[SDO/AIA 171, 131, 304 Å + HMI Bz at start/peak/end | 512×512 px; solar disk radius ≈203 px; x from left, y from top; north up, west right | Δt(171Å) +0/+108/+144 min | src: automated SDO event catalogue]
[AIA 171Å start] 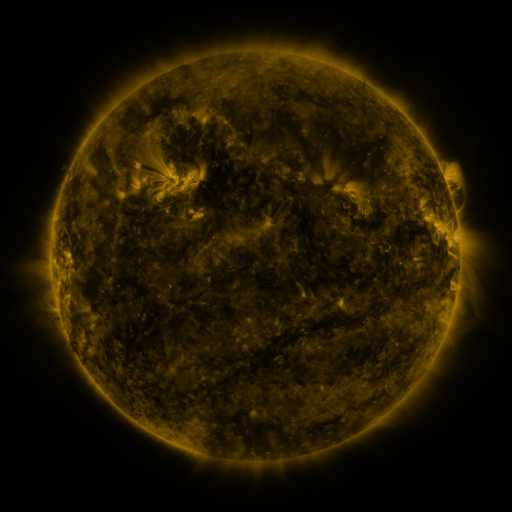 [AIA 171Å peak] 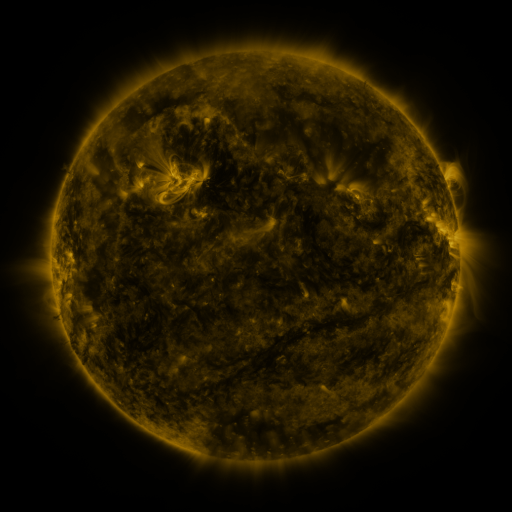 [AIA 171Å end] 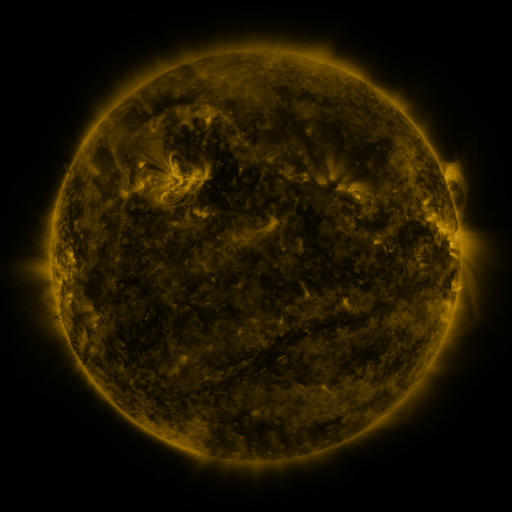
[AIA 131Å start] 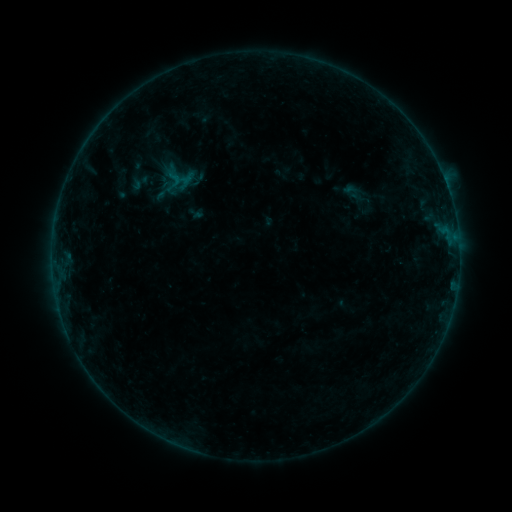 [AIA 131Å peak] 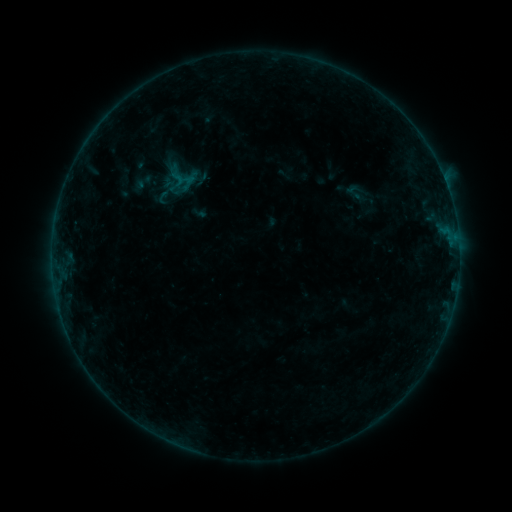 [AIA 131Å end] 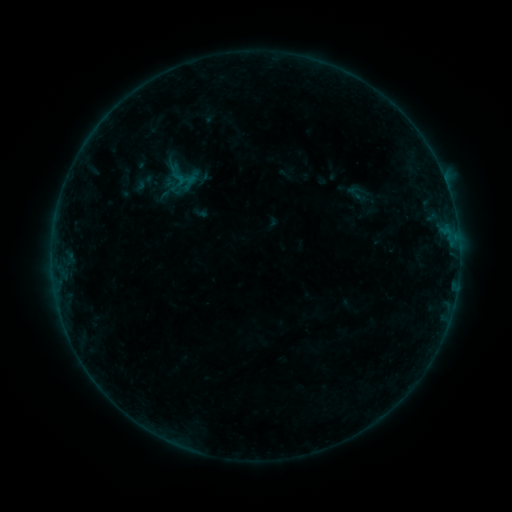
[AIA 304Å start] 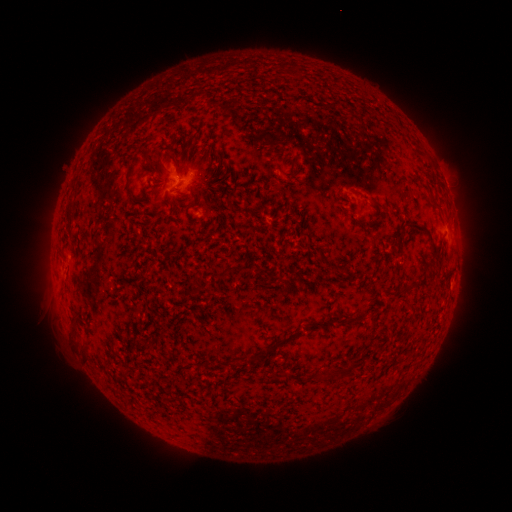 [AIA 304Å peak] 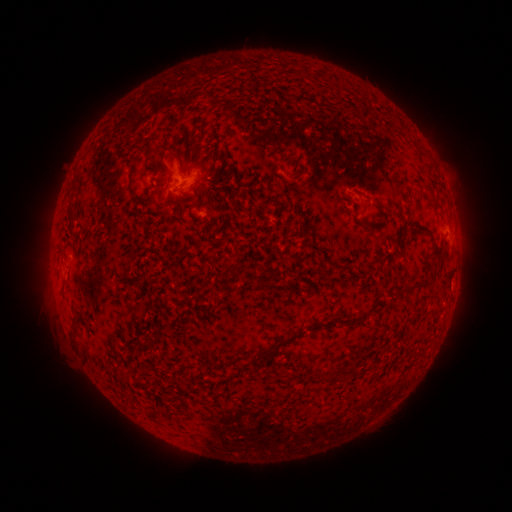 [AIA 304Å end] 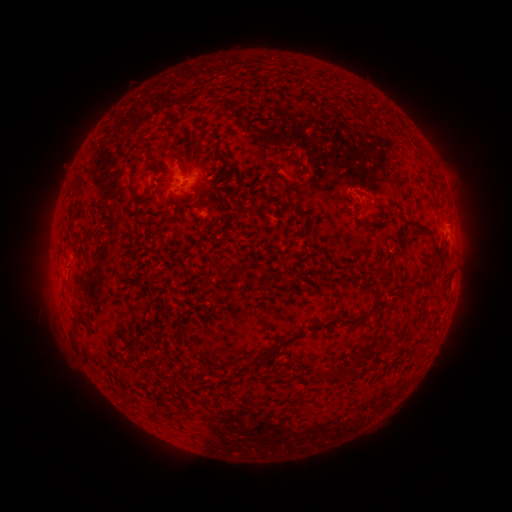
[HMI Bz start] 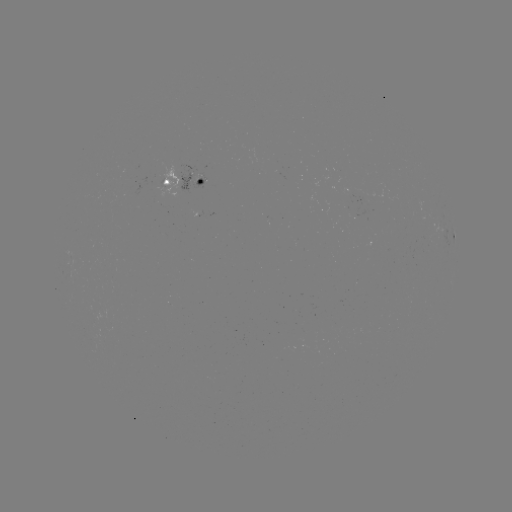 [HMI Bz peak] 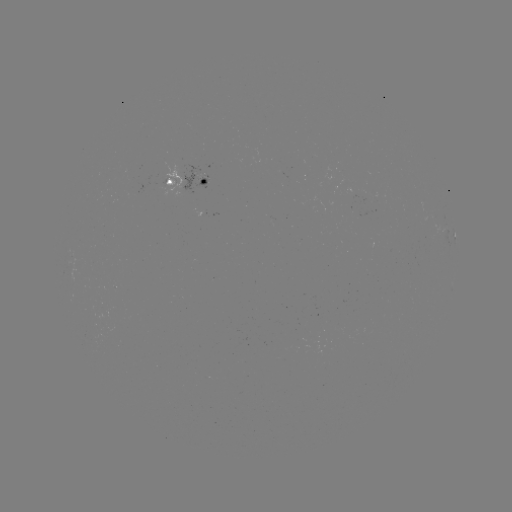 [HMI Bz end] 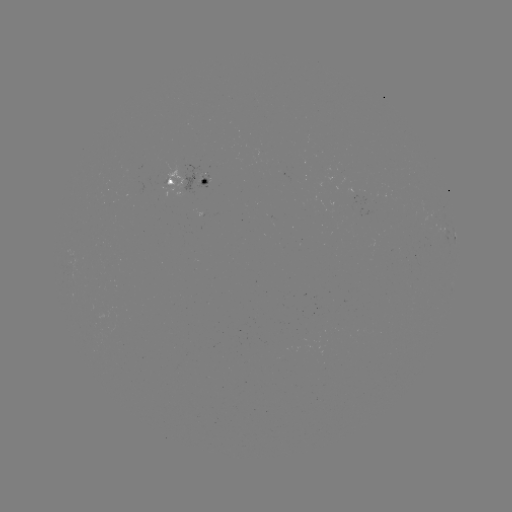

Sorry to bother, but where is emerging-flux region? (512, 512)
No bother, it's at (201, 178).